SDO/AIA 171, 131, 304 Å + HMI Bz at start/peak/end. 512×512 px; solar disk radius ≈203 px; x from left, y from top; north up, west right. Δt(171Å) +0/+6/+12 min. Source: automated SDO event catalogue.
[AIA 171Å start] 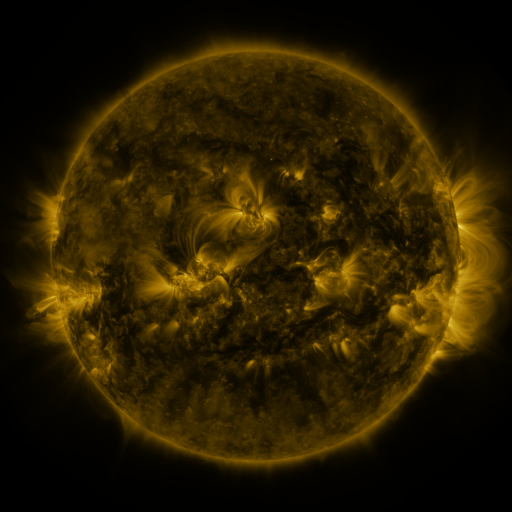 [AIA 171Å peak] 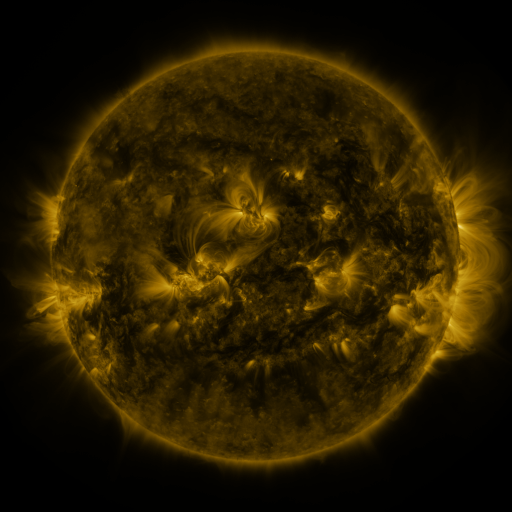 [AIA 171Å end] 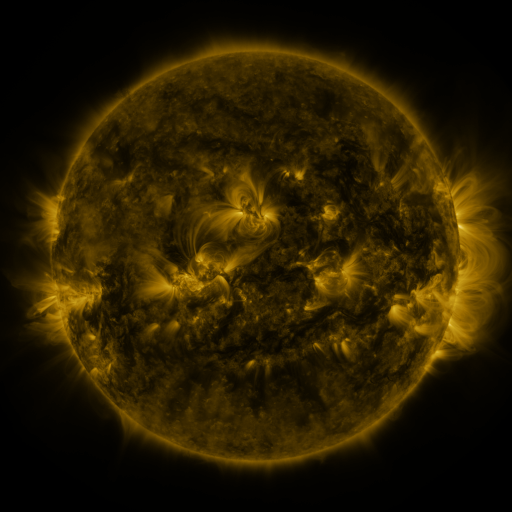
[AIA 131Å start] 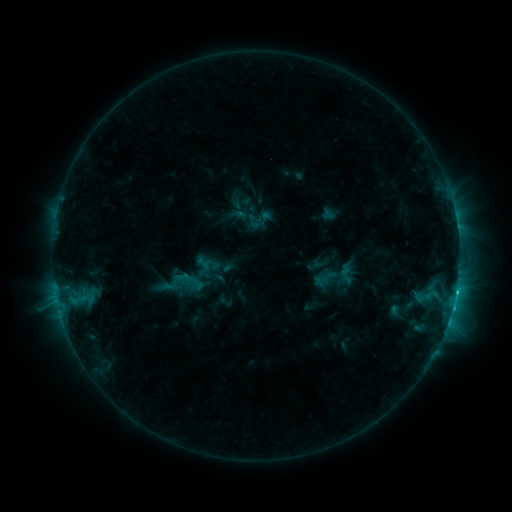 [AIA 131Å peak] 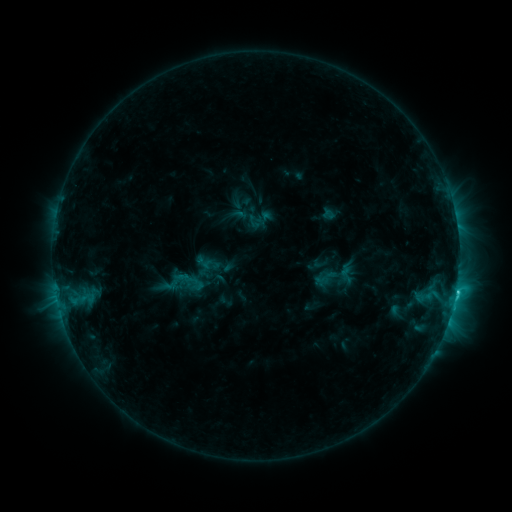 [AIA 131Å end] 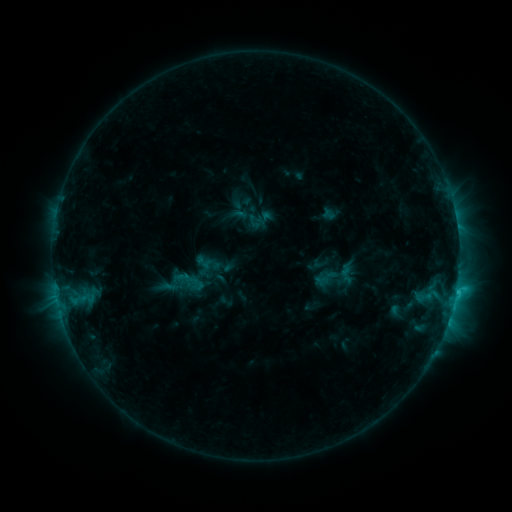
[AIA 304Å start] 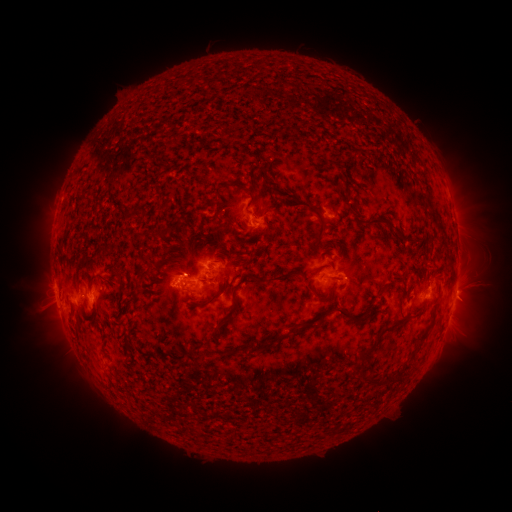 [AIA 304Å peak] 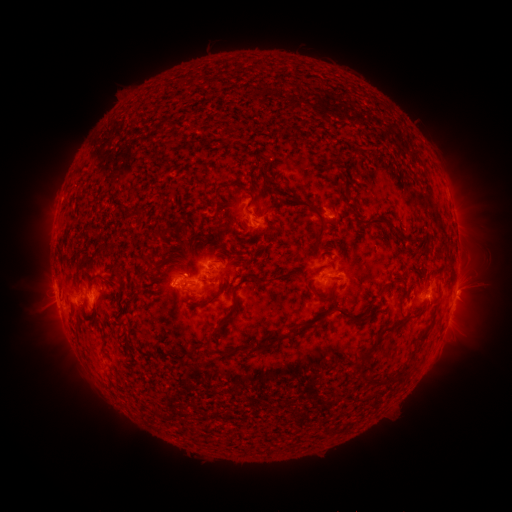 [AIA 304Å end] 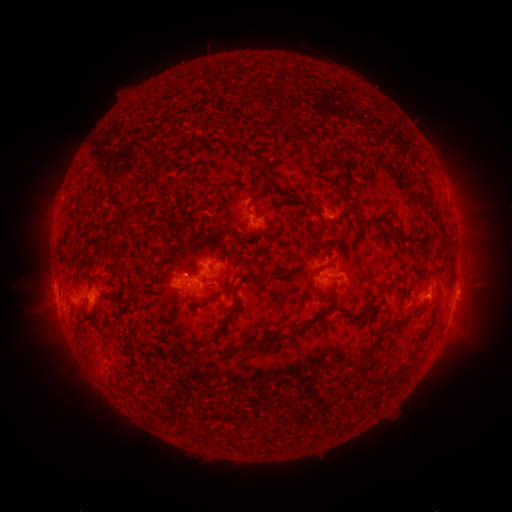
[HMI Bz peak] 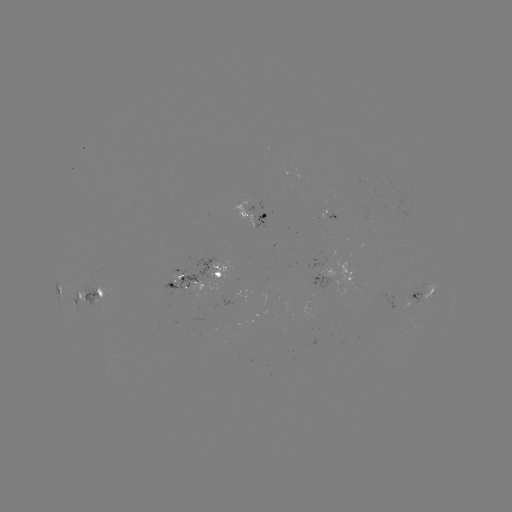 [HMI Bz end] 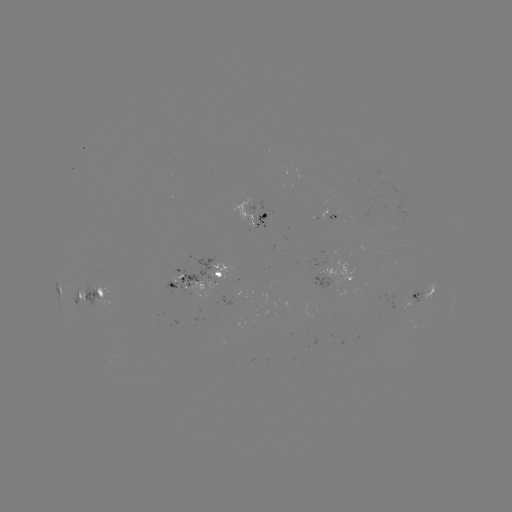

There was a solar flare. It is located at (332, 234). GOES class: C2.5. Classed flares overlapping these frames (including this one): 1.